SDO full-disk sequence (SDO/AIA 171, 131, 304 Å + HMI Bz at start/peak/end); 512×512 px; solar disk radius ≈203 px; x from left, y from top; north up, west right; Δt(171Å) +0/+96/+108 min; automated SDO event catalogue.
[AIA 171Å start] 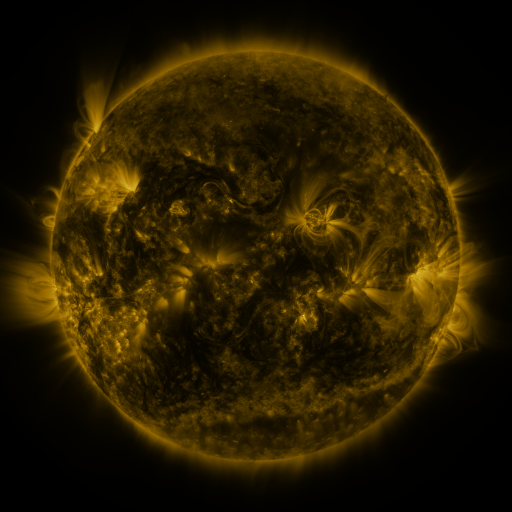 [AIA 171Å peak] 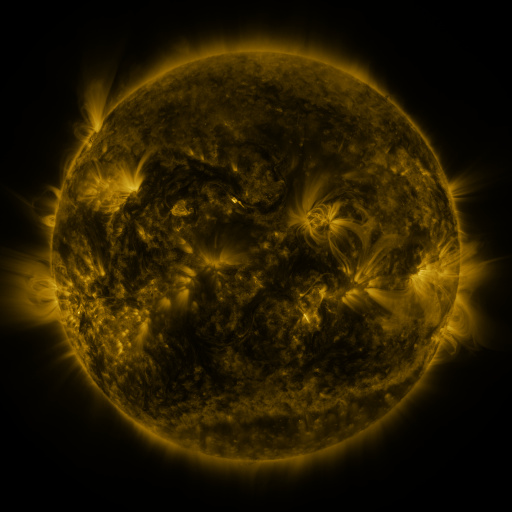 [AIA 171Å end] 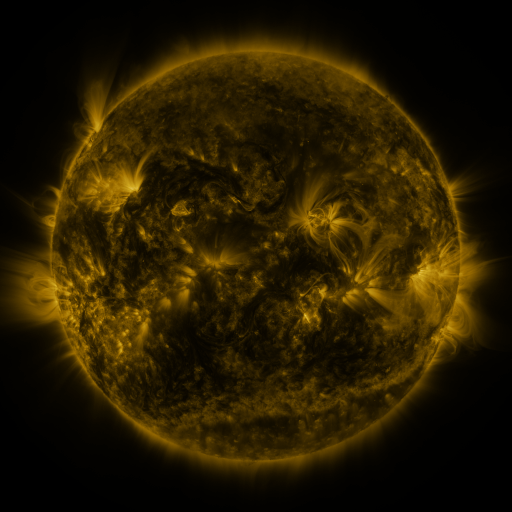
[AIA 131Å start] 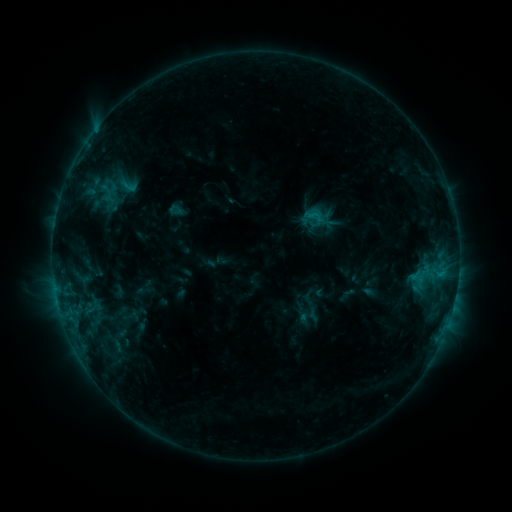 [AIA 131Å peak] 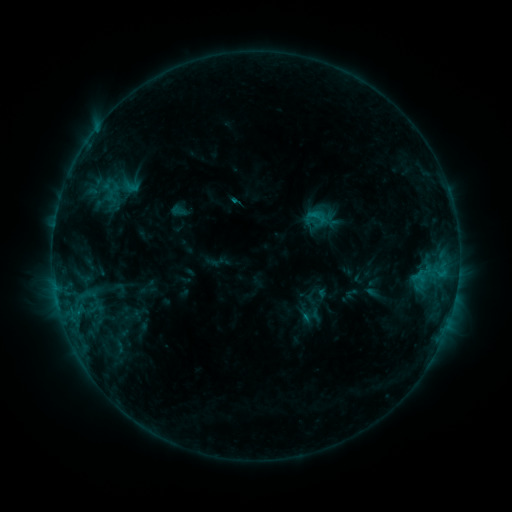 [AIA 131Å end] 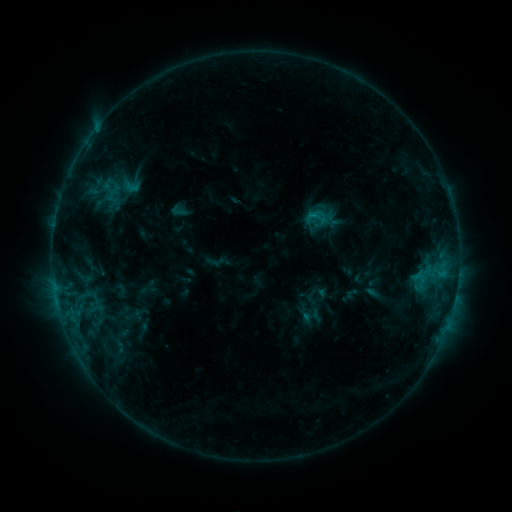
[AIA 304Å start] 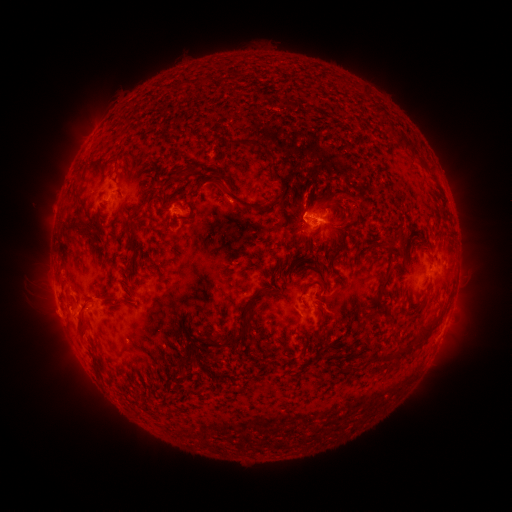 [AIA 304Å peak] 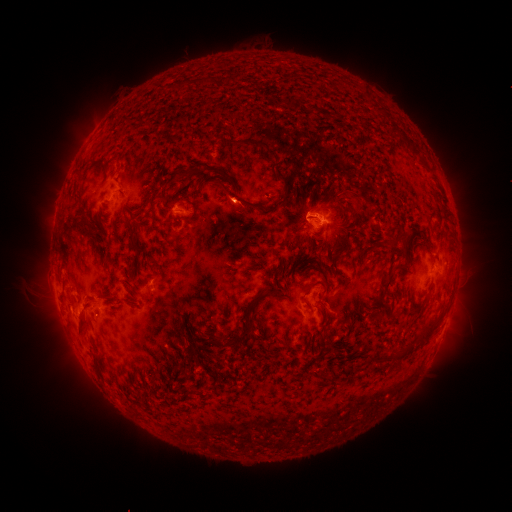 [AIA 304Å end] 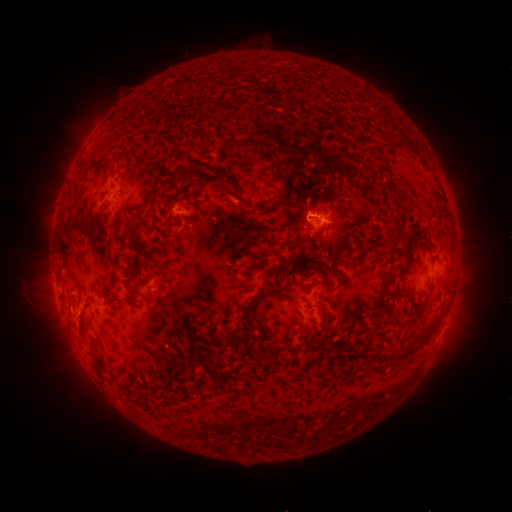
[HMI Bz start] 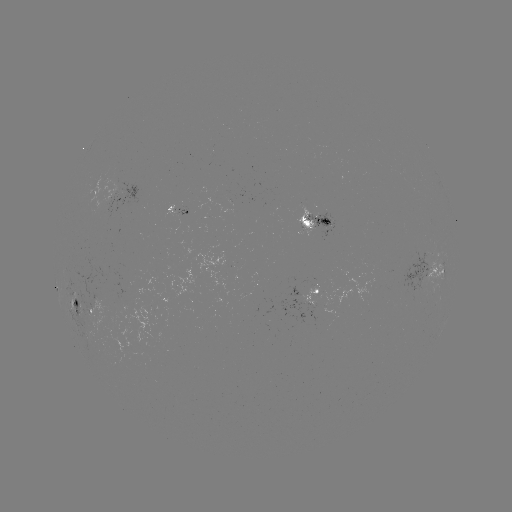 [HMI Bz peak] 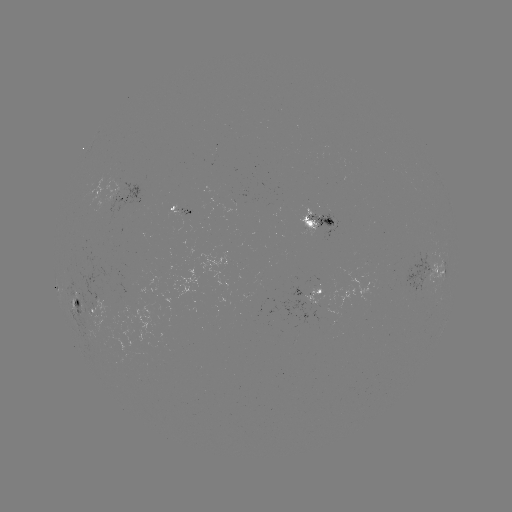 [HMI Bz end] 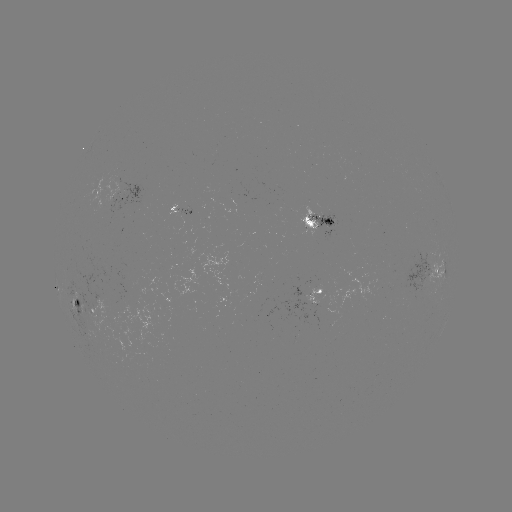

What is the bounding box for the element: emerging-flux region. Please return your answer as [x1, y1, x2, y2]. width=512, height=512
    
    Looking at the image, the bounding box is [322, 229, 334, 239].